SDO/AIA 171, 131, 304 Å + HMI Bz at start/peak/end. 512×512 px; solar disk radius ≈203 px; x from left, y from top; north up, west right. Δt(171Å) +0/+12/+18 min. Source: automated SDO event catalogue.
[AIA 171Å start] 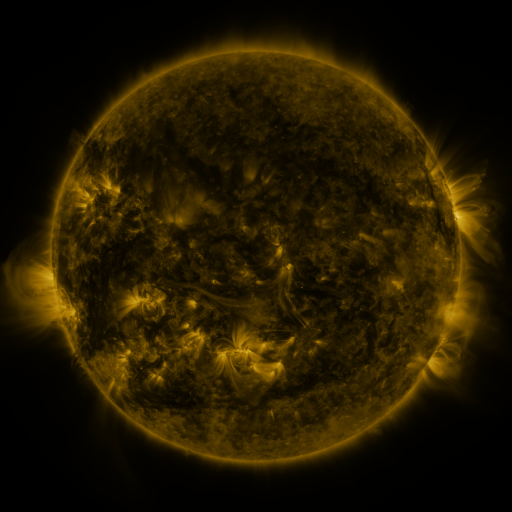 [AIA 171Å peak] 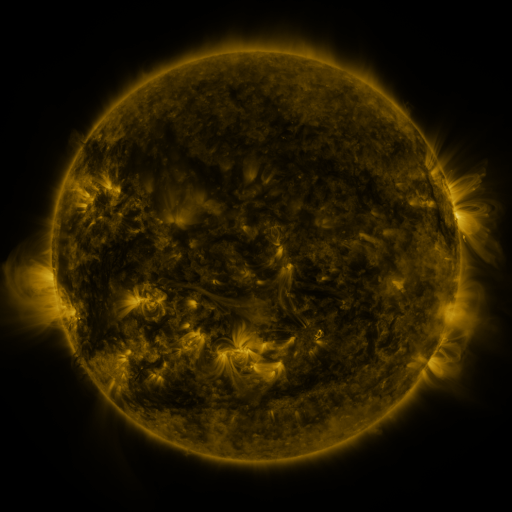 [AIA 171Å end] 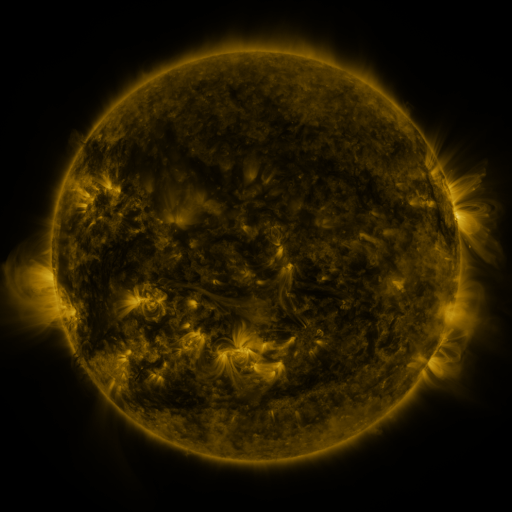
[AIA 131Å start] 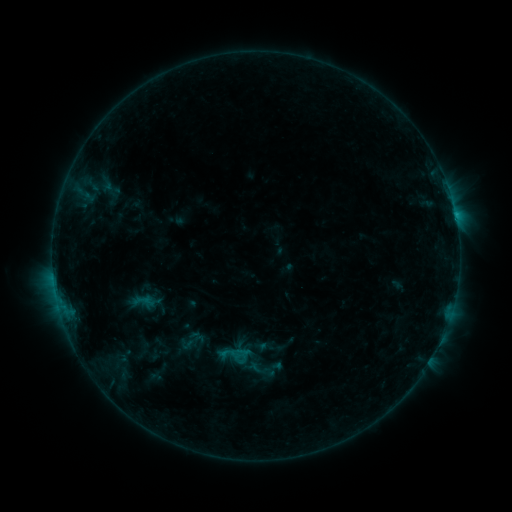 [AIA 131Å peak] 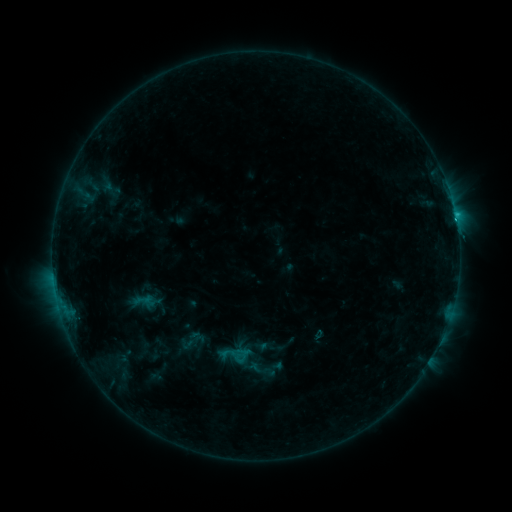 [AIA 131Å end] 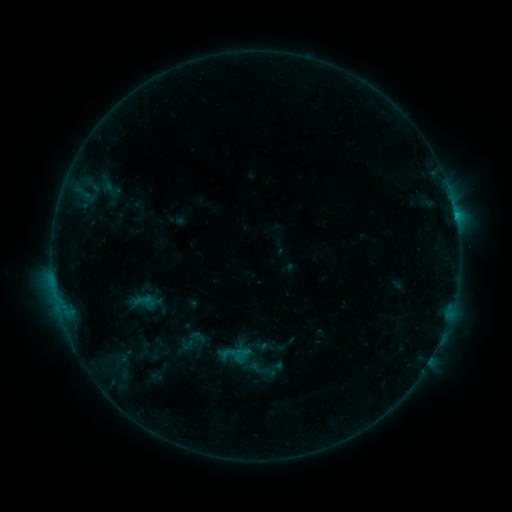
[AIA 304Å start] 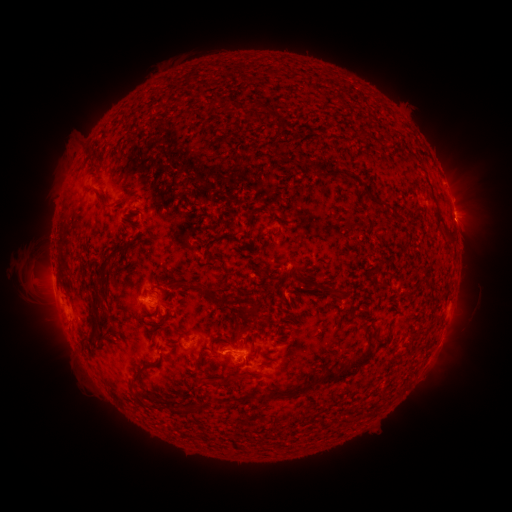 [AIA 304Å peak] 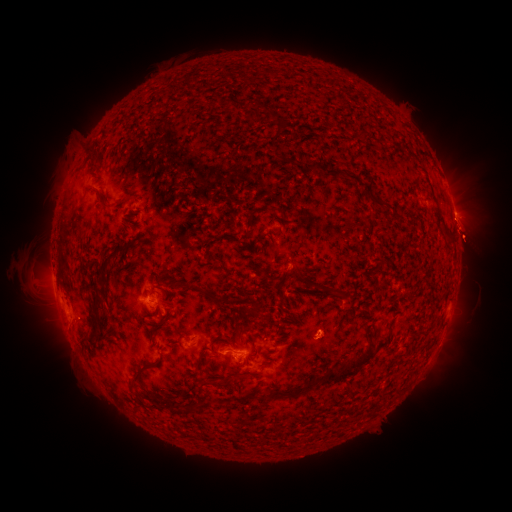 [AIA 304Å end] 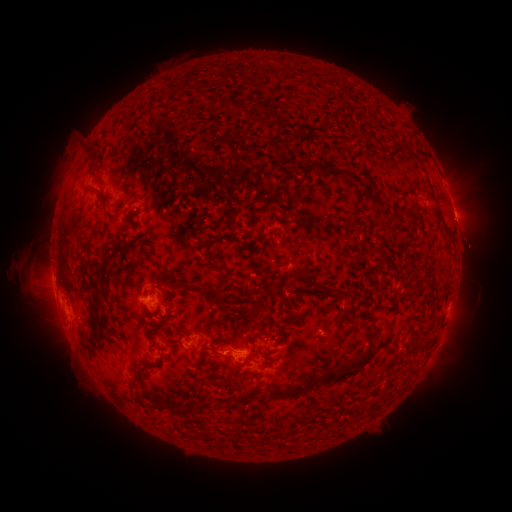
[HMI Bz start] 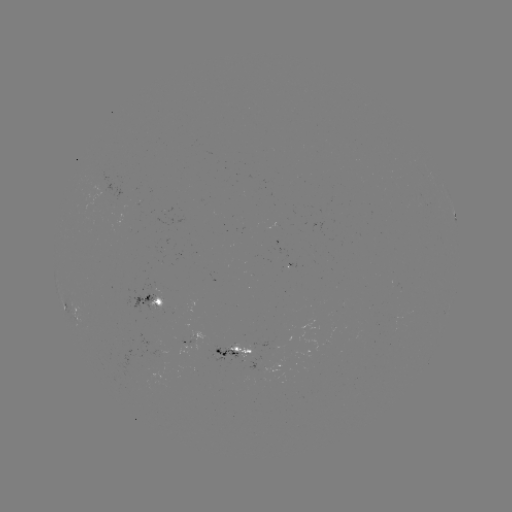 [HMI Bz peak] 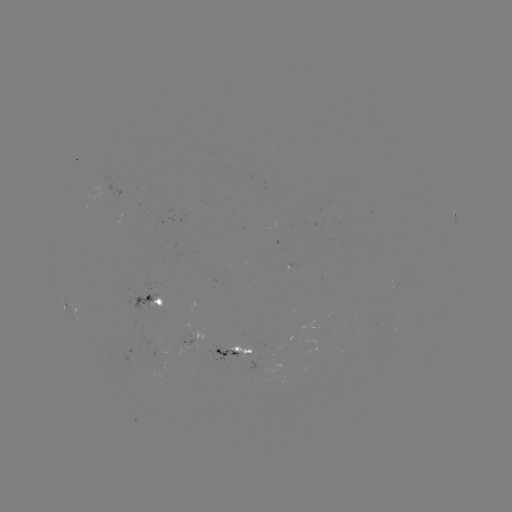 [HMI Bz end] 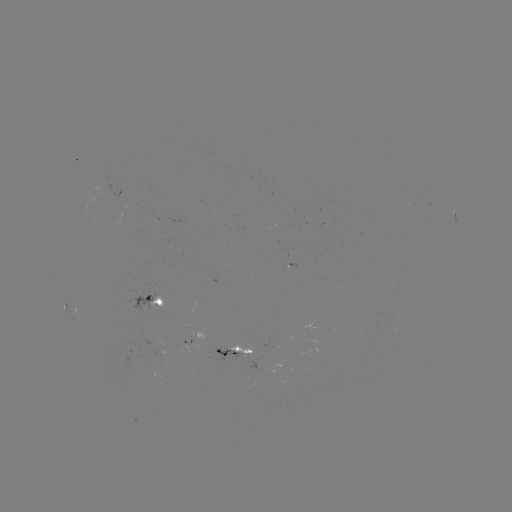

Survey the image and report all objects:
C1.1 flare: (455, 218)
